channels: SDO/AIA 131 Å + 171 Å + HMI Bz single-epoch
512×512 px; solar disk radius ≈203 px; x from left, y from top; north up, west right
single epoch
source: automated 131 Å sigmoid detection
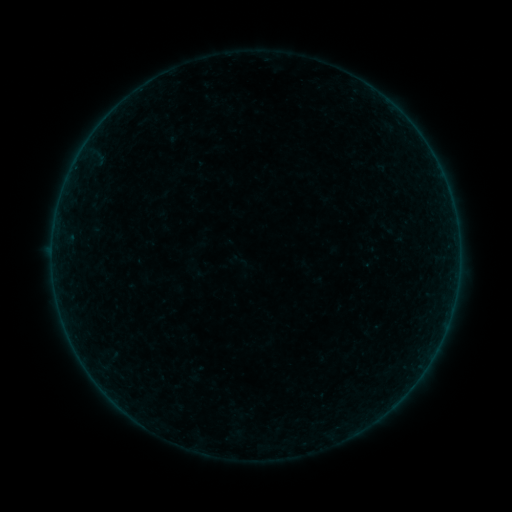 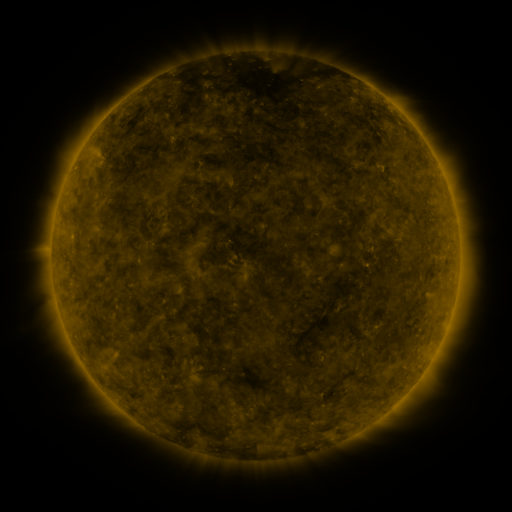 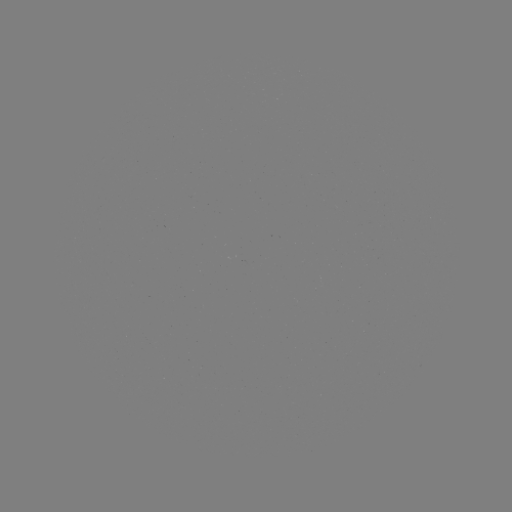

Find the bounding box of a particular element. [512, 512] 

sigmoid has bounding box [231, 252, 249, 270].